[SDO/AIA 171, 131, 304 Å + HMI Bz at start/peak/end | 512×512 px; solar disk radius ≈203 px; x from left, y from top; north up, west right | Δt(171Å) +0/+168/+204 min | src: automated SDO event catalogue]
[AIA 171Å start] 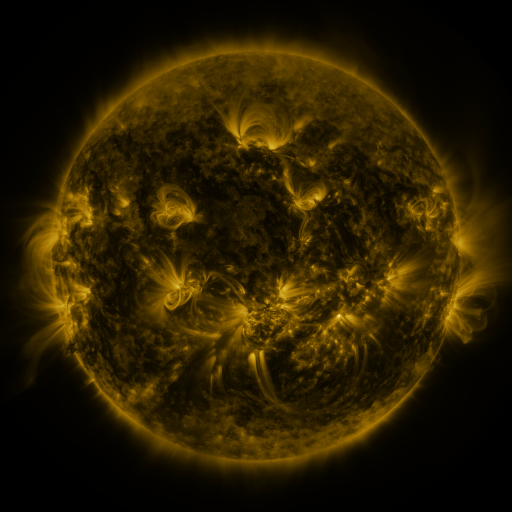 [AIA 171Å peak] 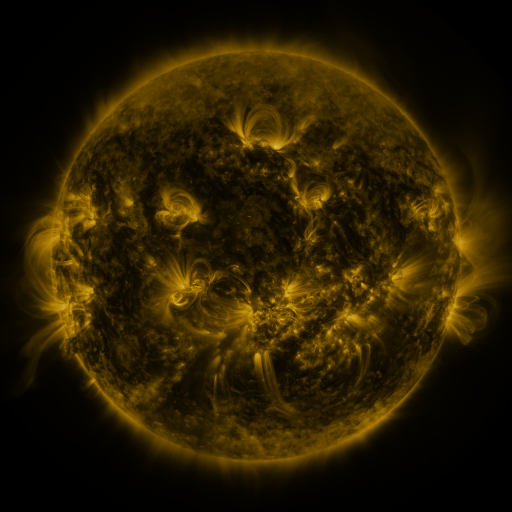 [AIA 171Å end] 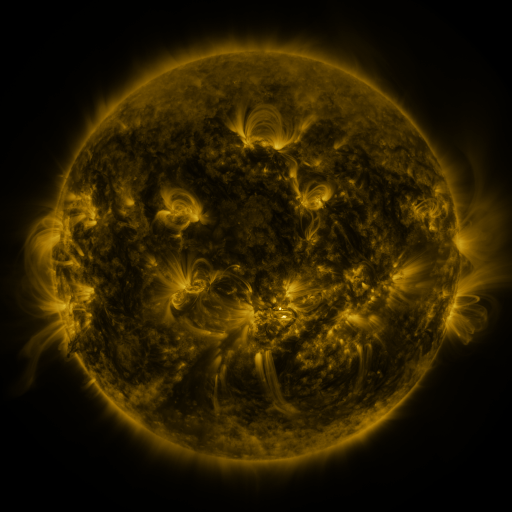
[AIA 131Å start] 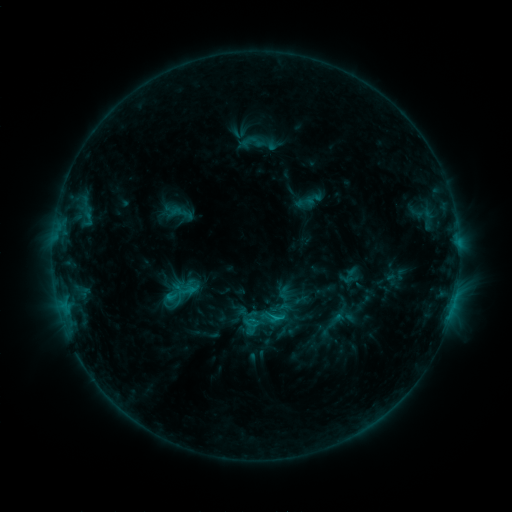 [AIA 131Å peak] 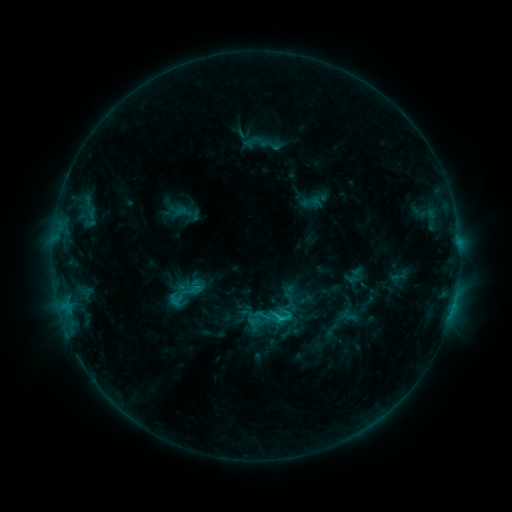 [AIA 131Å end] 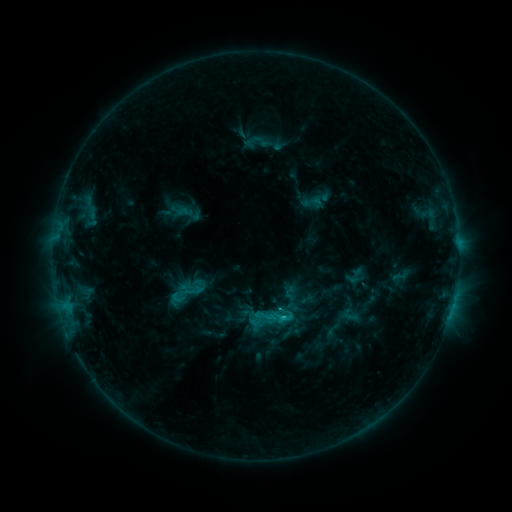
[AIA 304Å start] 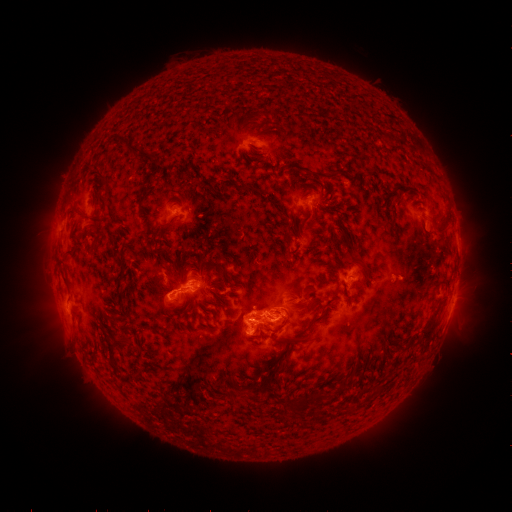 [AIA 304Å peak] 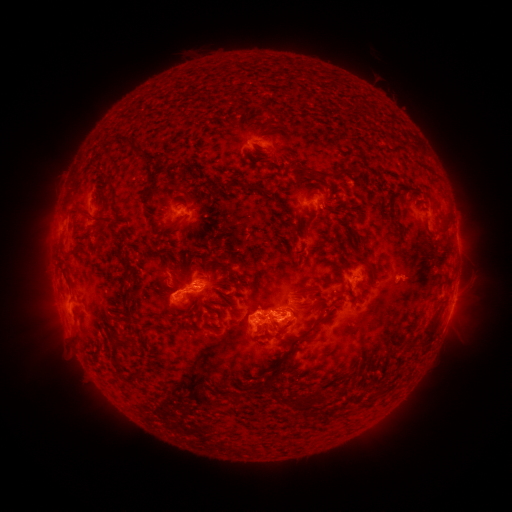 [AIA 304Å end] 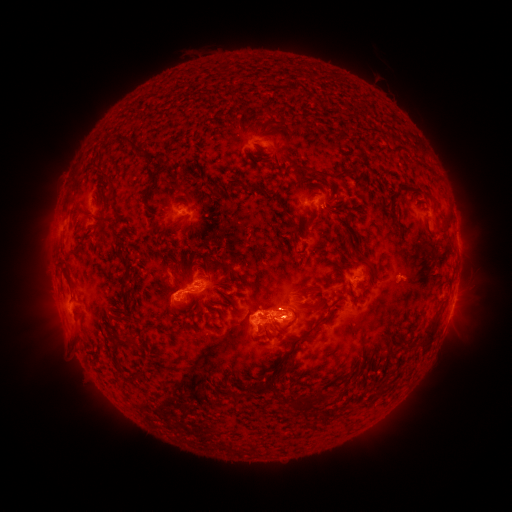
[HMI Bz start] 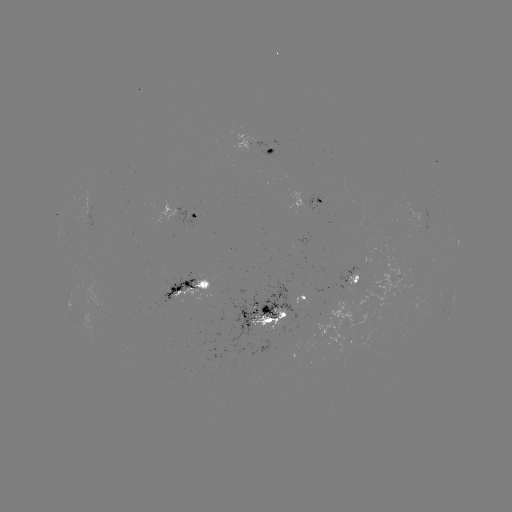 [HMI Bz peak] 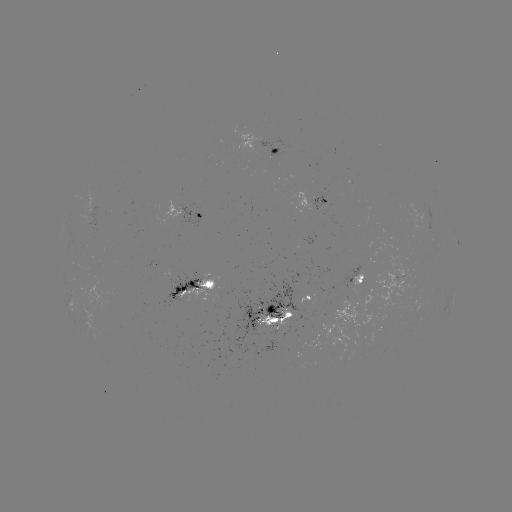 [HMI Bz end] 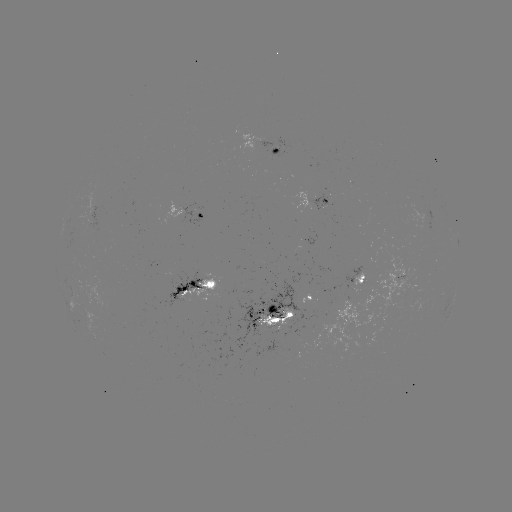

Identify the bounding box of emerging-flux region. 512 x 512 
[159, 271, 203, 308].